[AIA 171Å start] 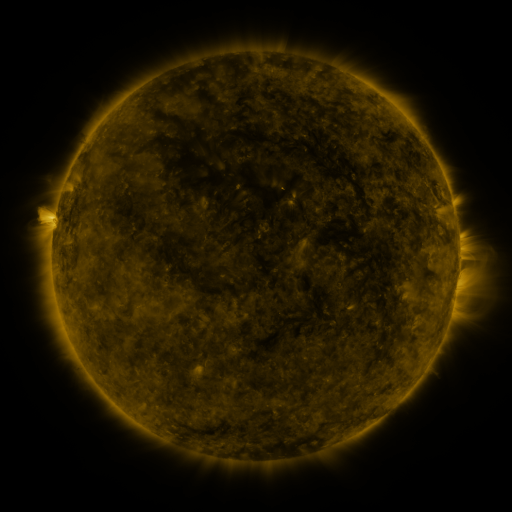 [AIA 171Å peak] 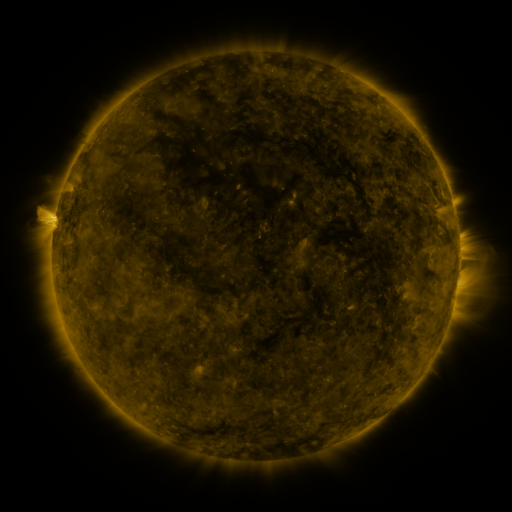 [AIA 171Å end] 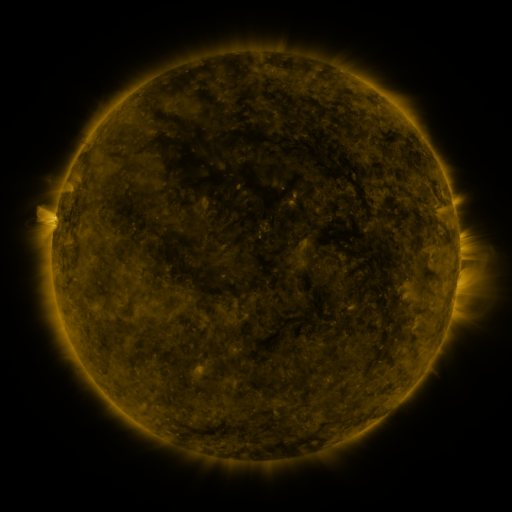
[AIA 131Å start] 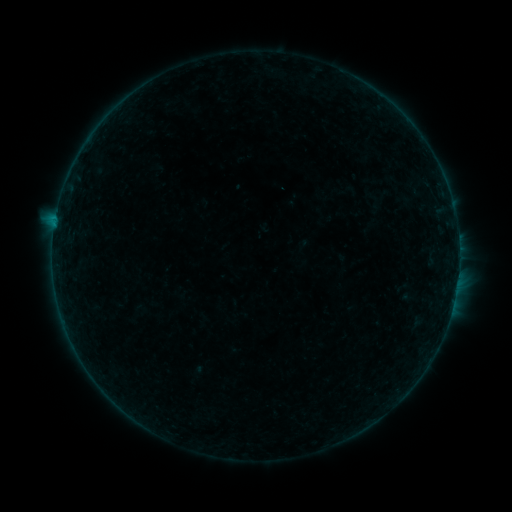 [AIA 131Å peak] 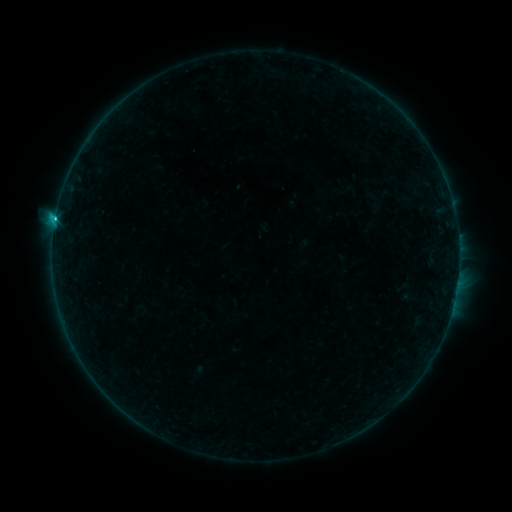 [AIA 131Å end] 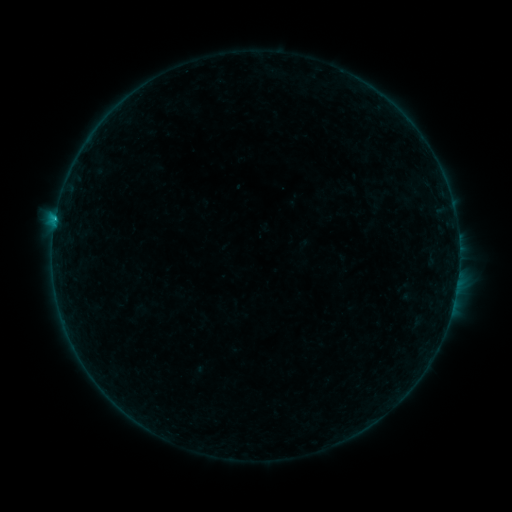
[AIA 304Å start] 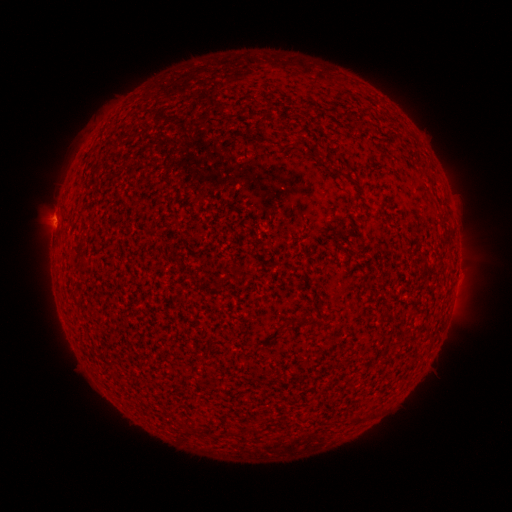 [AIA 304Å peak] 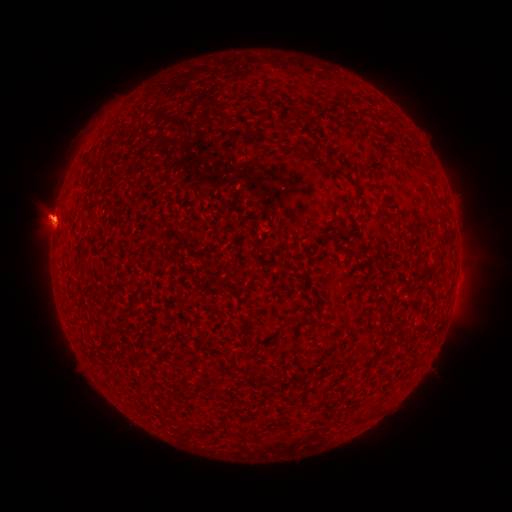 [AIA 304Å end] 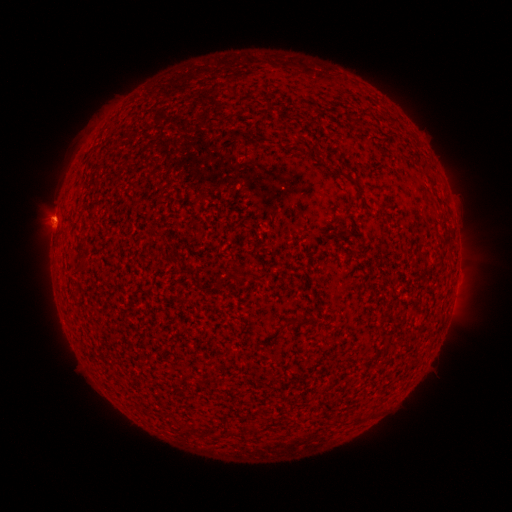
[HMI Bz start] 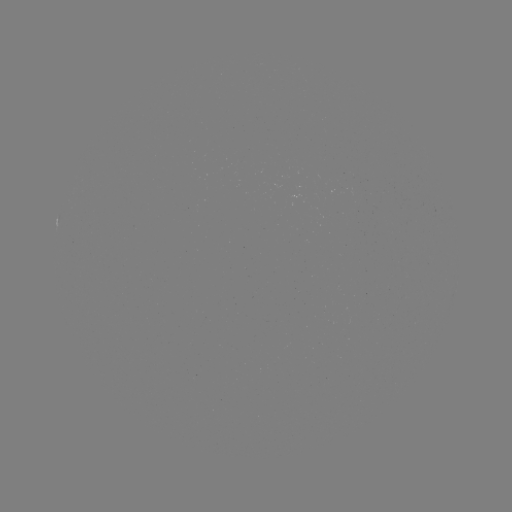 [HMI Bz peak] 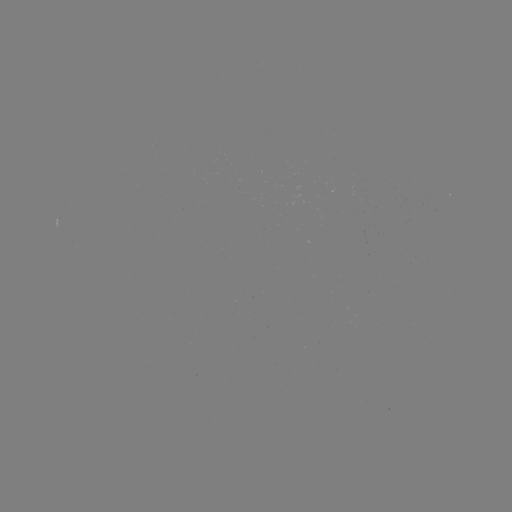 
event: flare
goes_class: C2.7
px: (55, 221)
